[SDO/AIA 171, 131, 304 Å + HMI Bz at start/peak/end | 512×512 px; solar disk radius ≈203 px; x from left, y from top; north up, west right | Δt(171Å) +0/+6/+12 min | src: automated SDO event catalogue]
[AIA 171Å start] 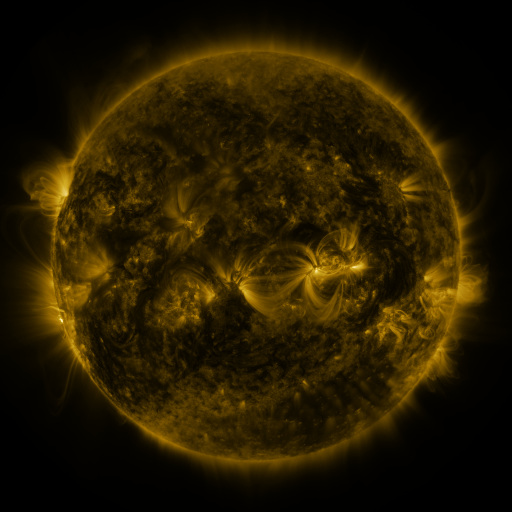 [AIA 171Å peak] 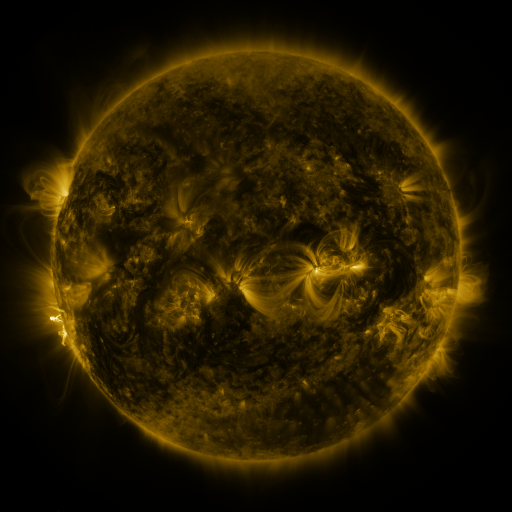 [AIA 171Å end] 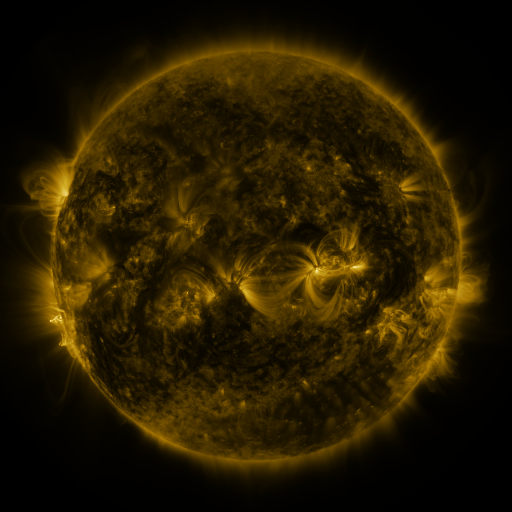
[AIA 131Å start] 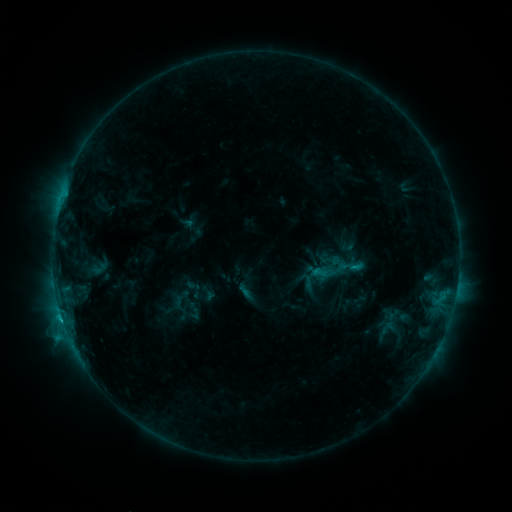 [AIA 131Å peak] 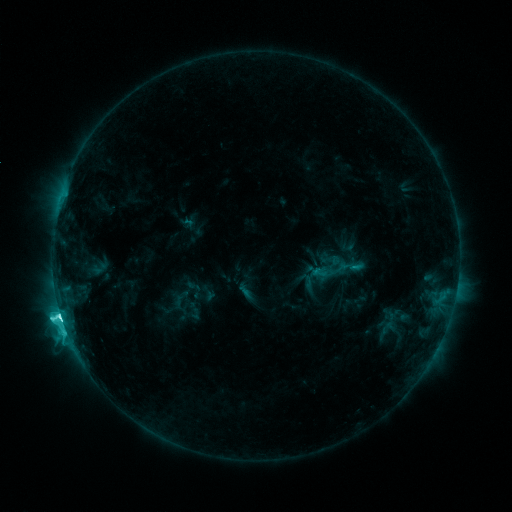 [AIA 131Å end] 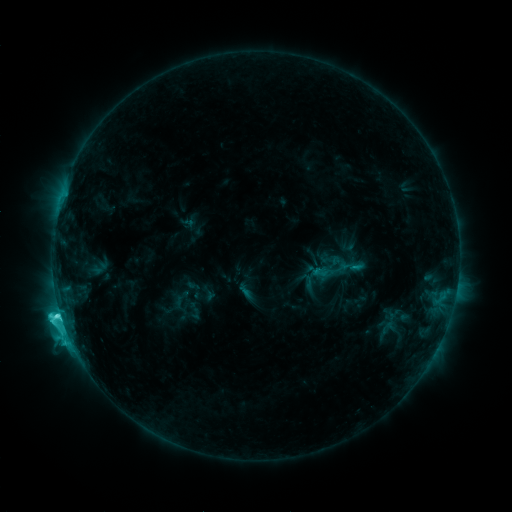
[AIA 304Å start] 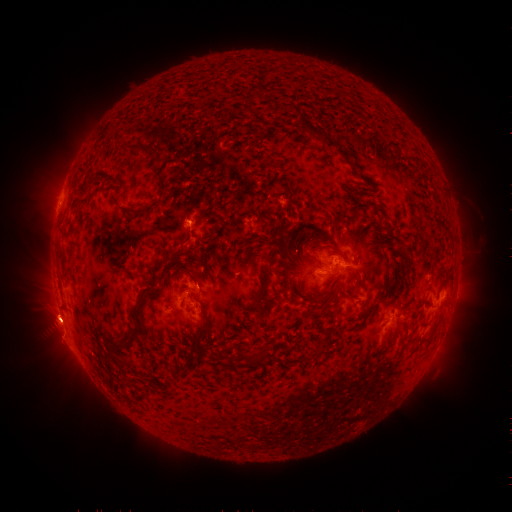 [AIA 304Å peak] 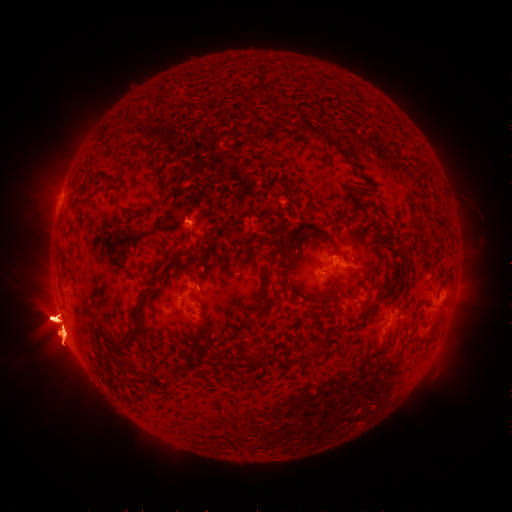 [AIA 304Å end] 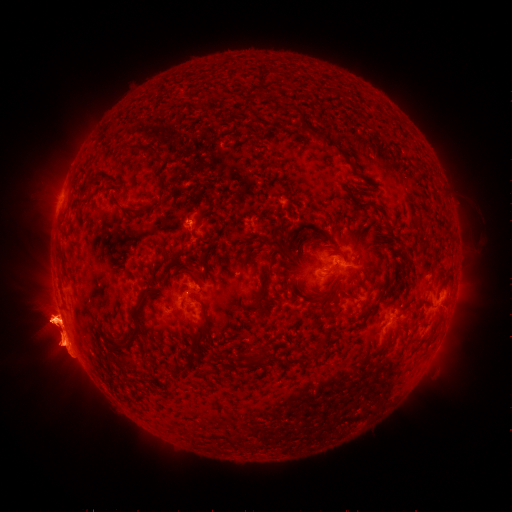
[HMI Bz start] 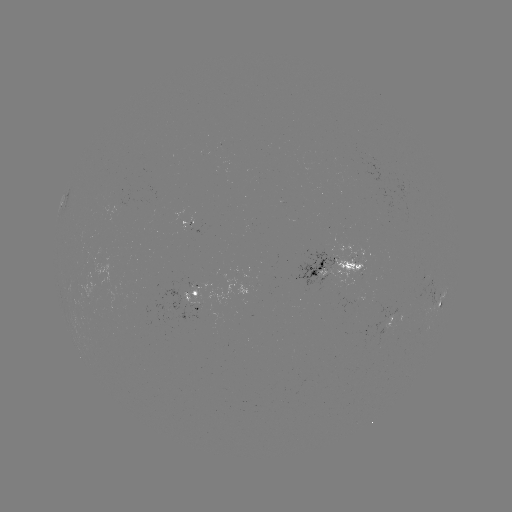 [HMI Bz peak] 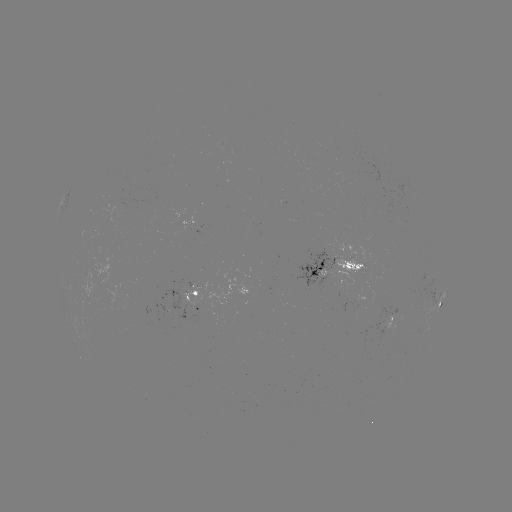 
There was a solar flare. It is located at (61, 315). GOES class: C9.7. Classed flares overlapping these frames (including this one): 1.